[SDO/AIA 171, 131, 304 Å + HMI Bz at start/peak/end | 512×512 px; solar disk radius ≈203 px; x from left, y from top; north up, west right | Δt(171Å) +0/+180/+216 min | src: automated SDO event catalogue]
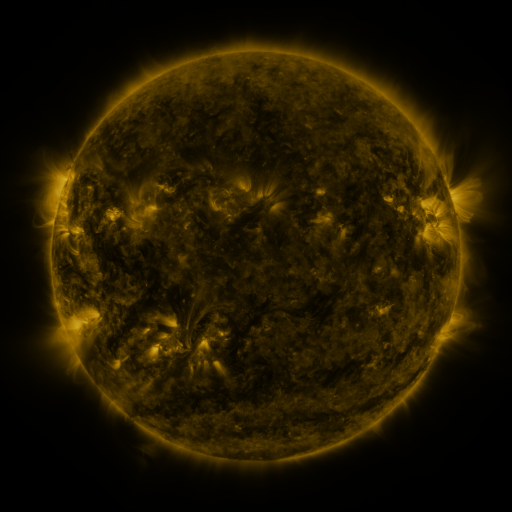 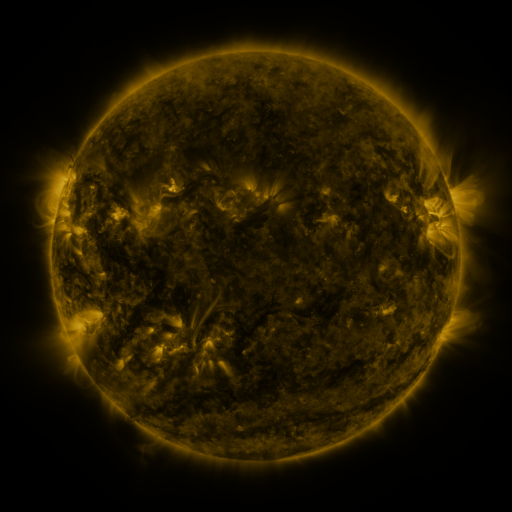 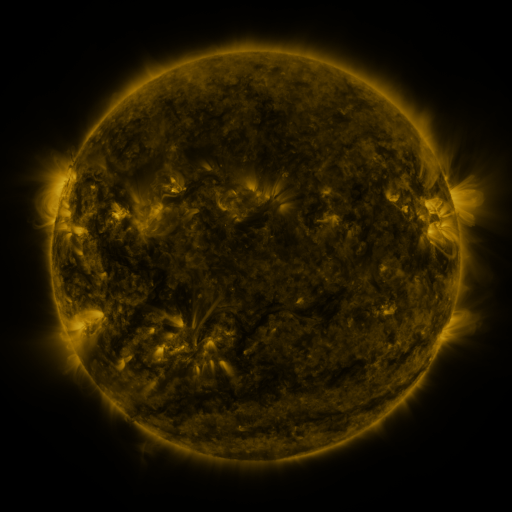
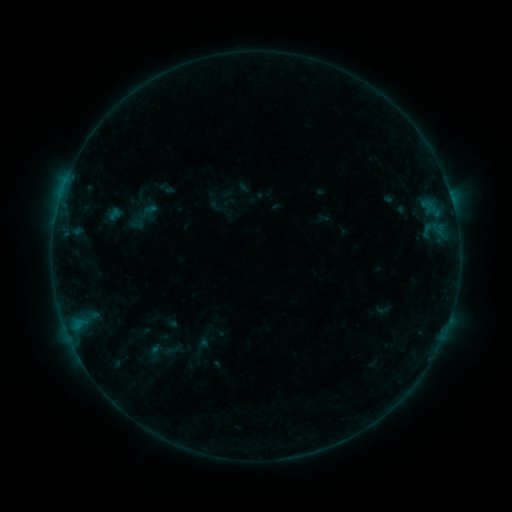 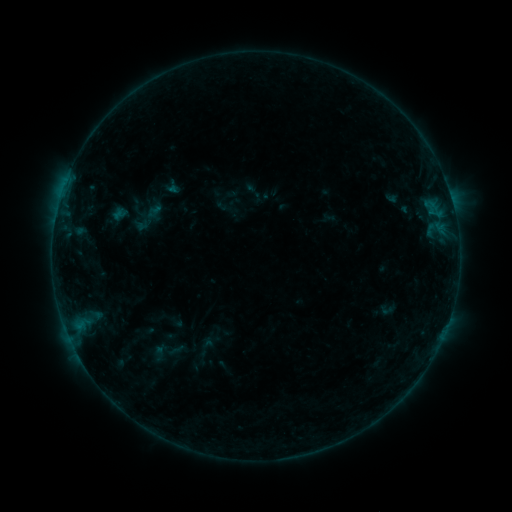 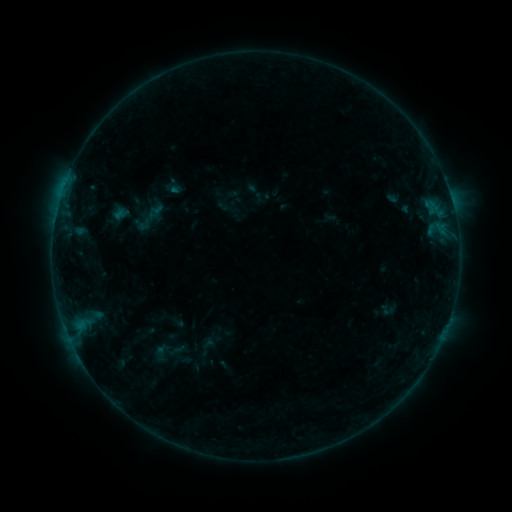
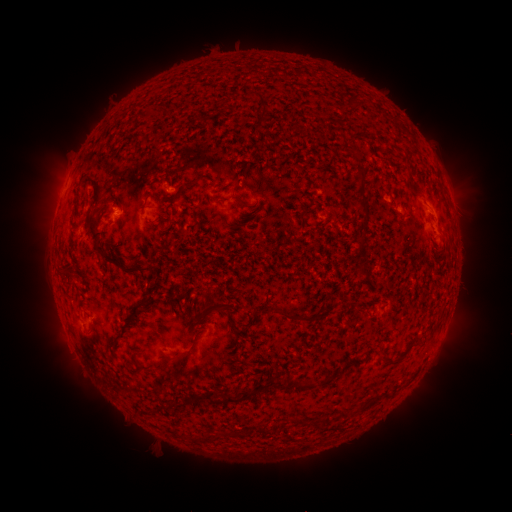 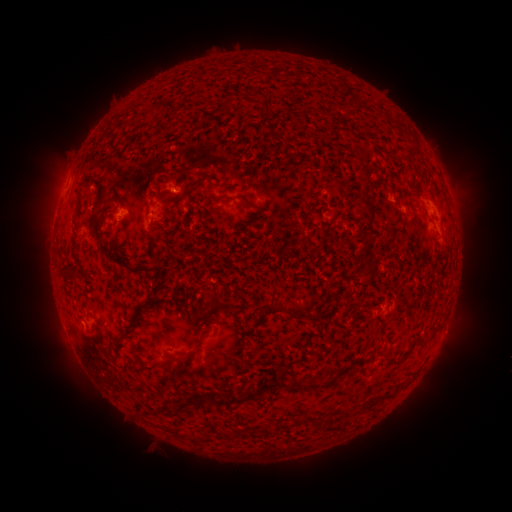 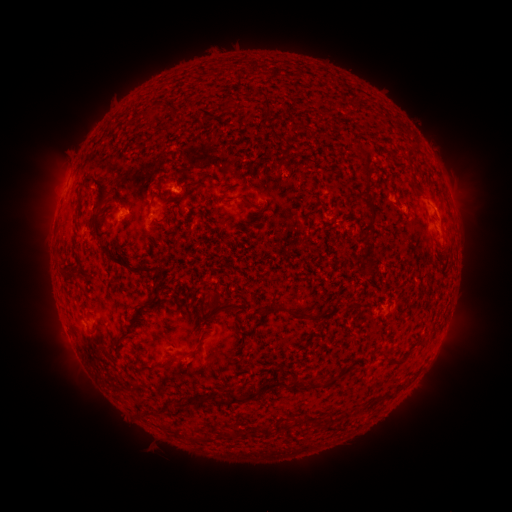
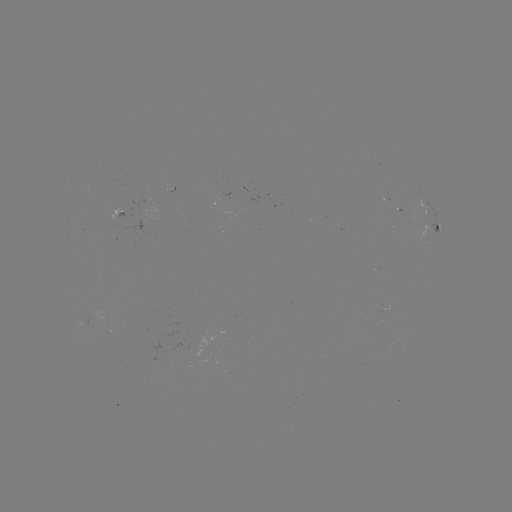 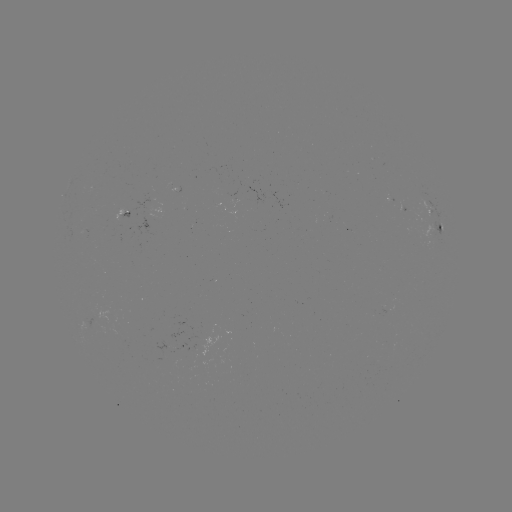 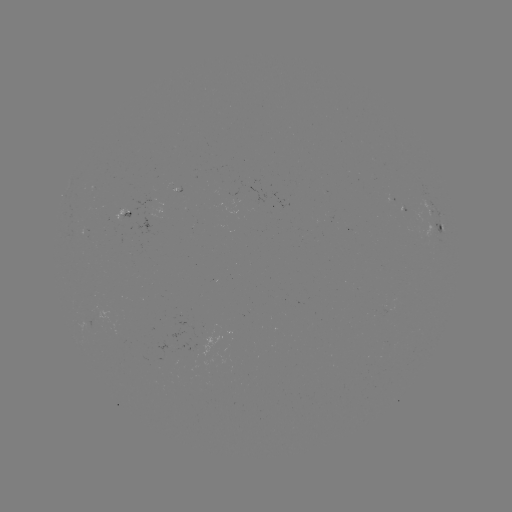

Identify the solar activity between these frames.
emerging-flux region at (175, 186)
